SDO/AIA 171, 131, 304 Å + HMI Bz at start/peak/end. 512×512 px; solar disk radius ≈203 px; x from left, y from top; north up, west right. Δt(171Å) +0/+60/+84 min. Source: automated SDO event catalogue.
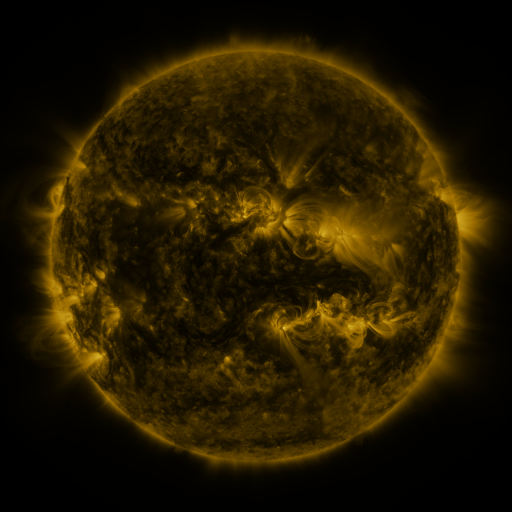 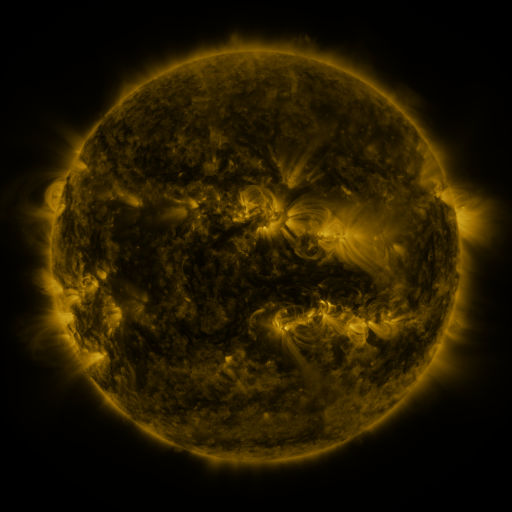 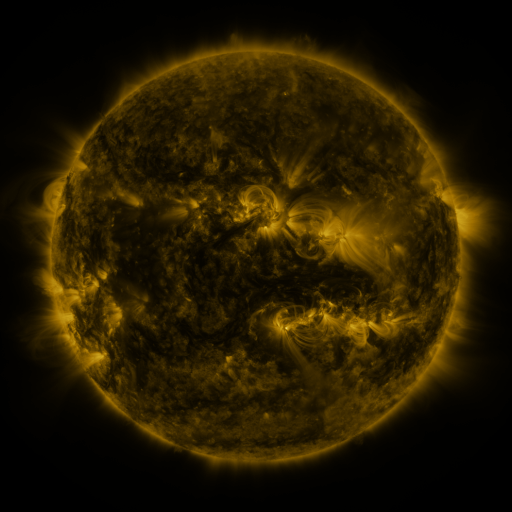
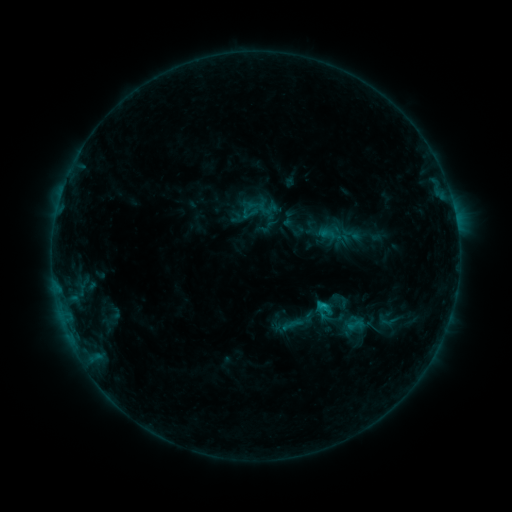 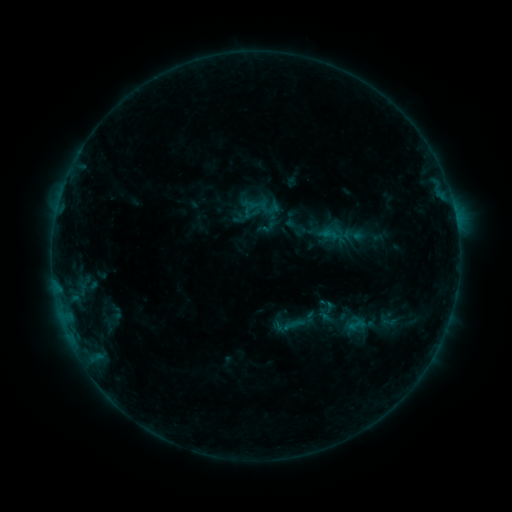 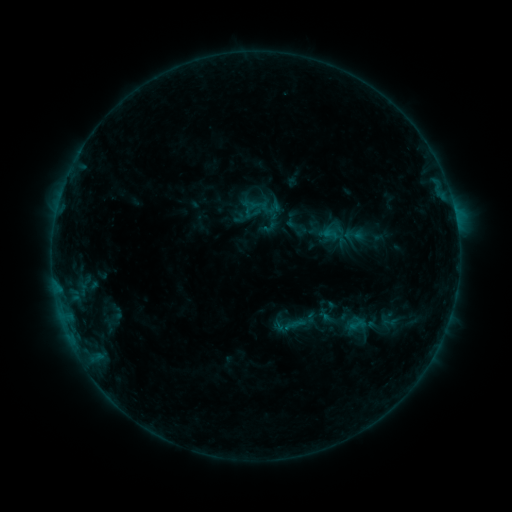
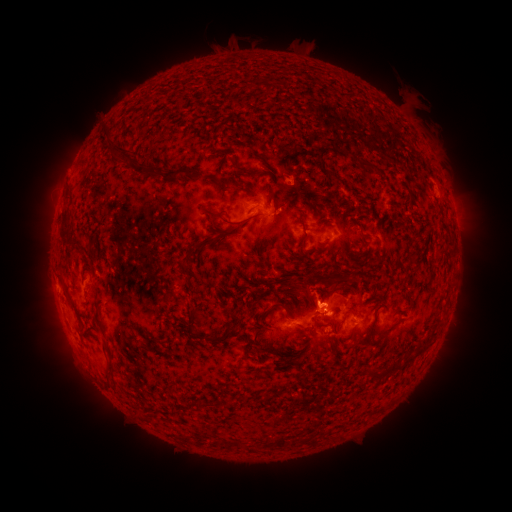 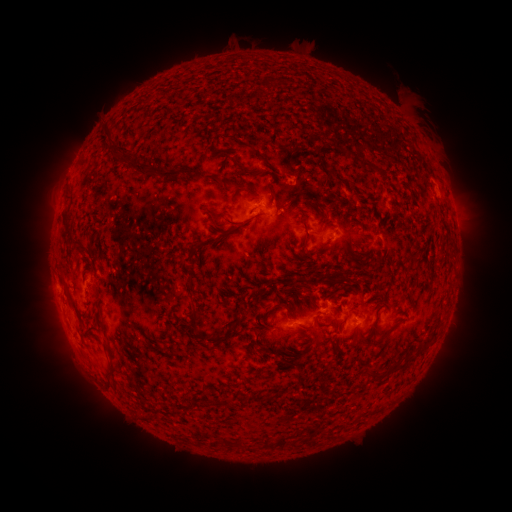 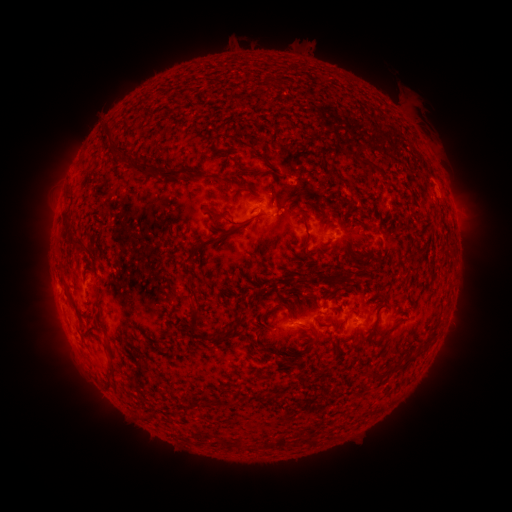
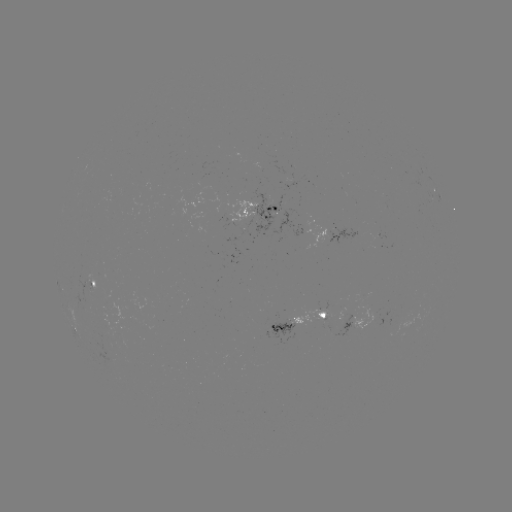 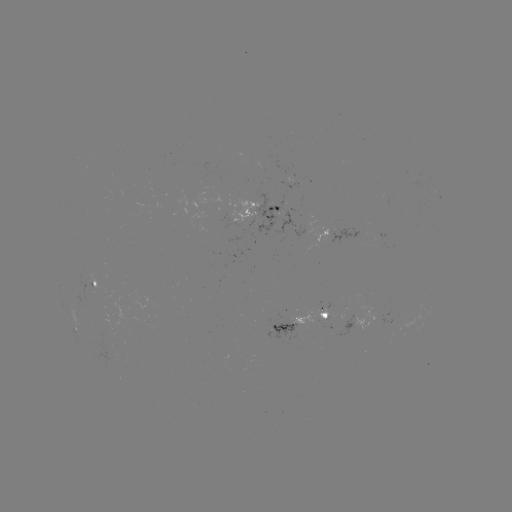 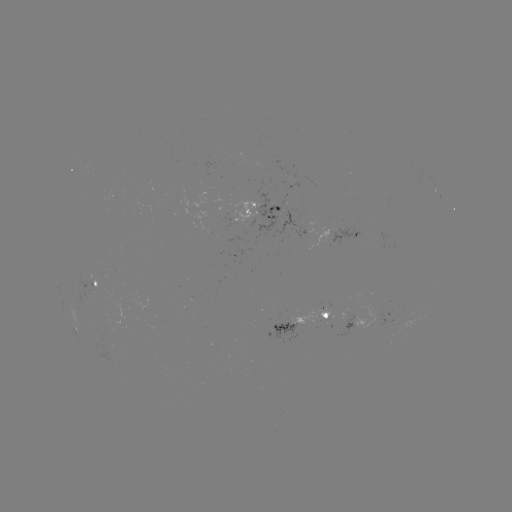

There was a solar emerging-flux region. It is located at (88, 282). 